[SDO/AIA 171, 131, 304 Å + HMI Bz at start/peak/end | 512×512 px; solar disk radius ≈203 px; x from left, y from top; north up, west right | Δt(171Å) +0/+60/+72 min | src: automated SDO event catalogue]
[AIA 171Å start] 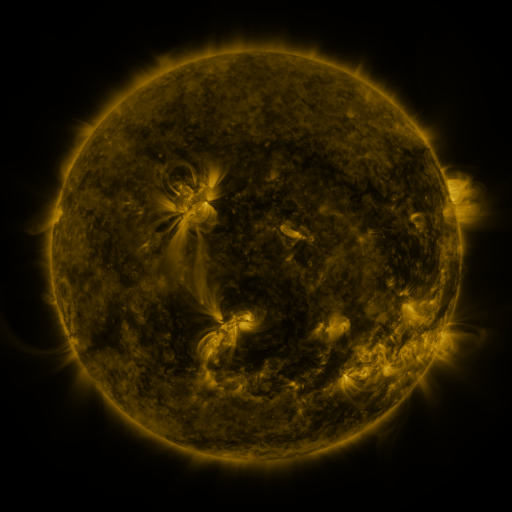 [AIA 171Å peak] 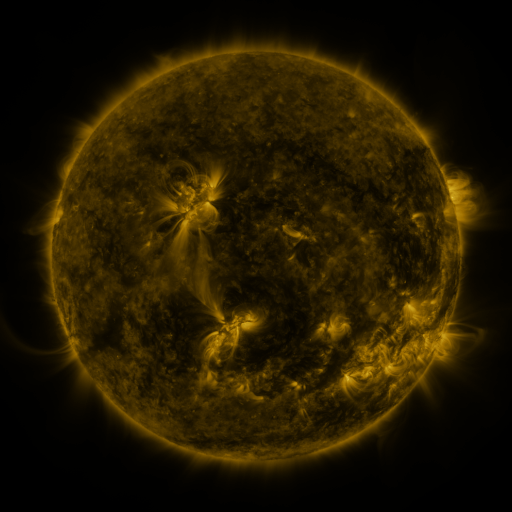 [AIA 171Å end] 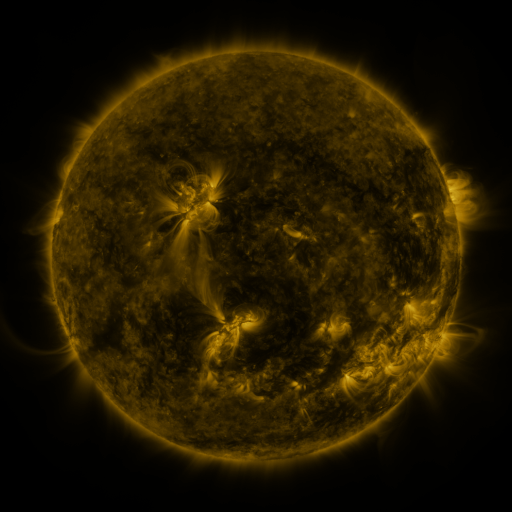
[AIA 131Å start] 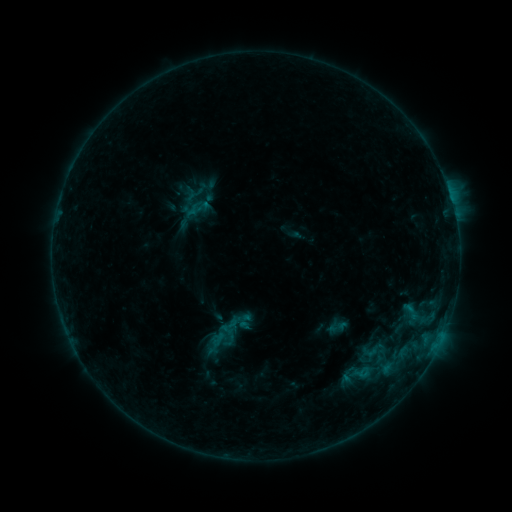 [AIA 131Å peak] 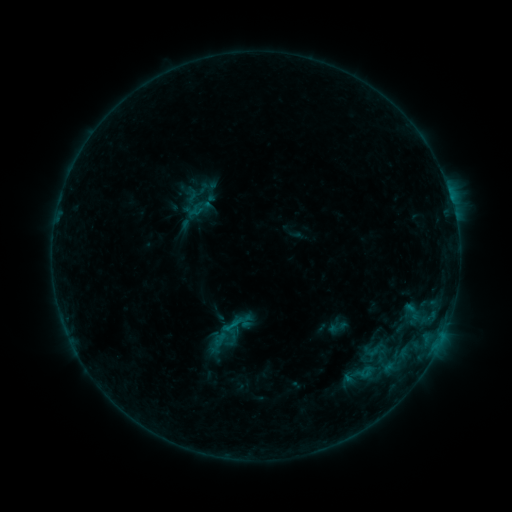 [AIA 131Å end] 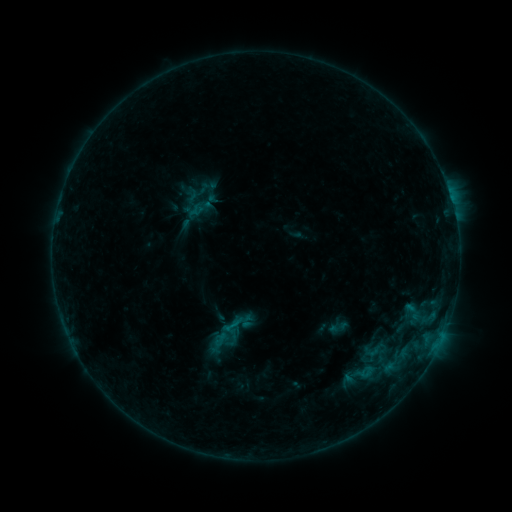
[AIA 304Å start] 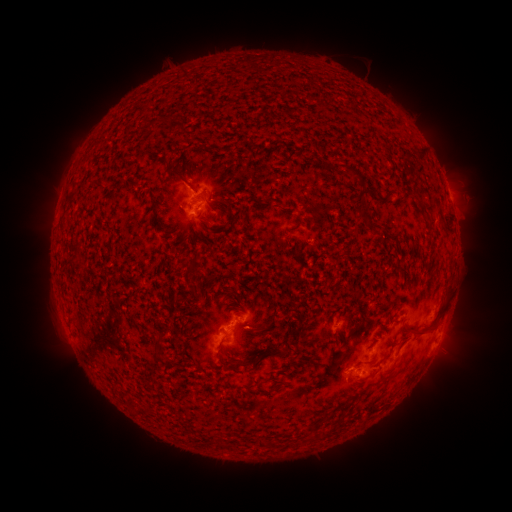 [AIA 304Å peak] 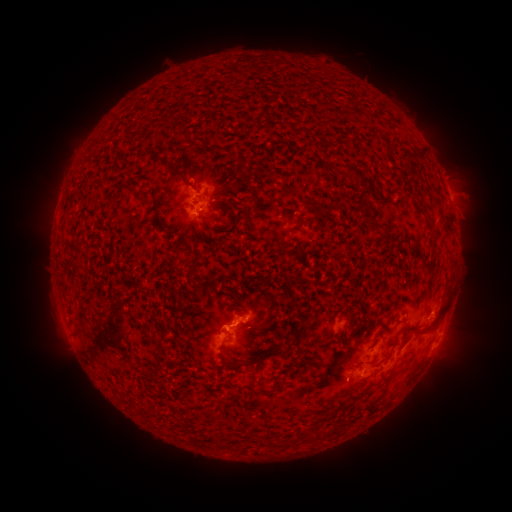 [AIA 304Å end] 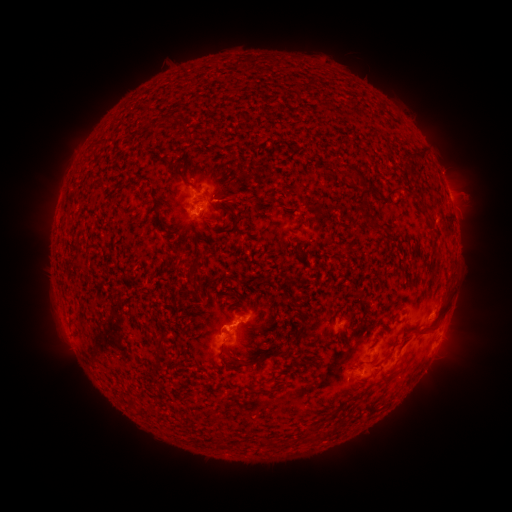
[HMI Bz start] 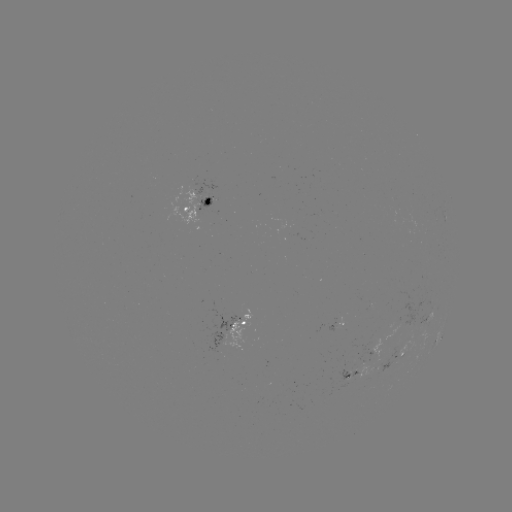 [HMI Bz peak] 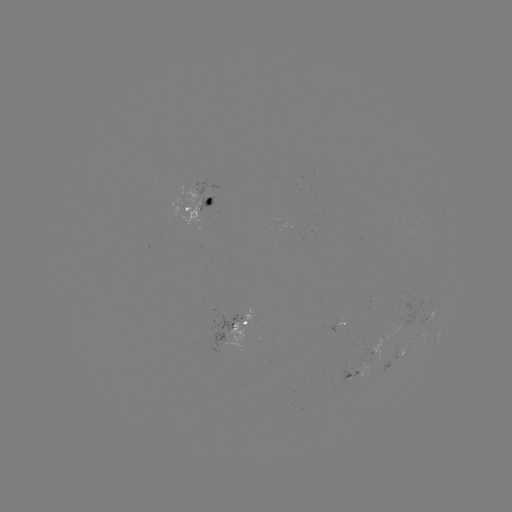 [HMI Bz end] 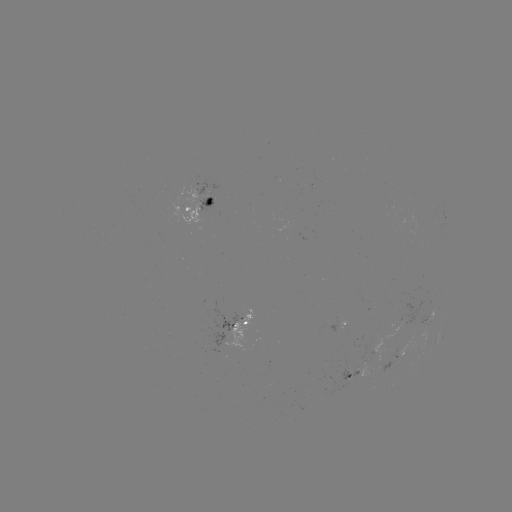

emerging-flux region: <bbox>336, 357, 357, 381</bbox>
